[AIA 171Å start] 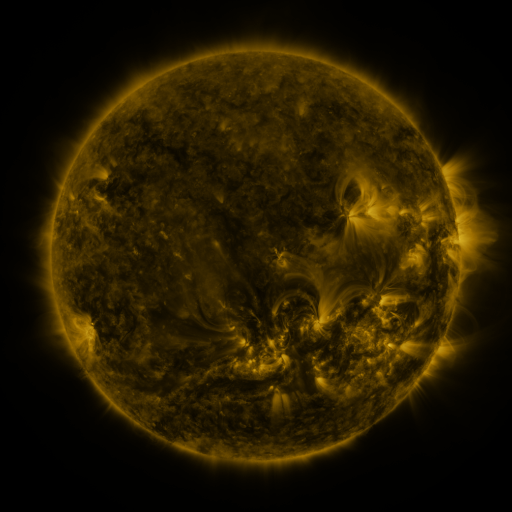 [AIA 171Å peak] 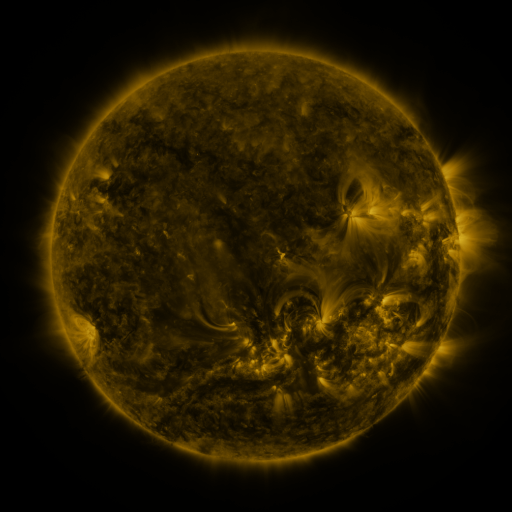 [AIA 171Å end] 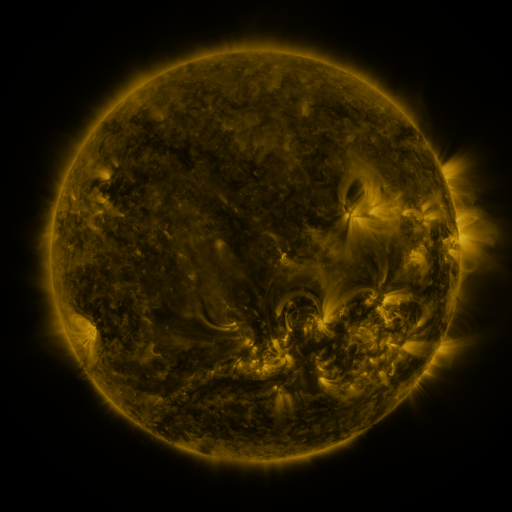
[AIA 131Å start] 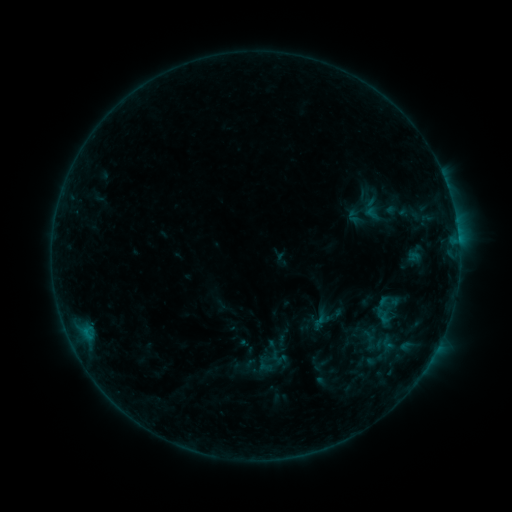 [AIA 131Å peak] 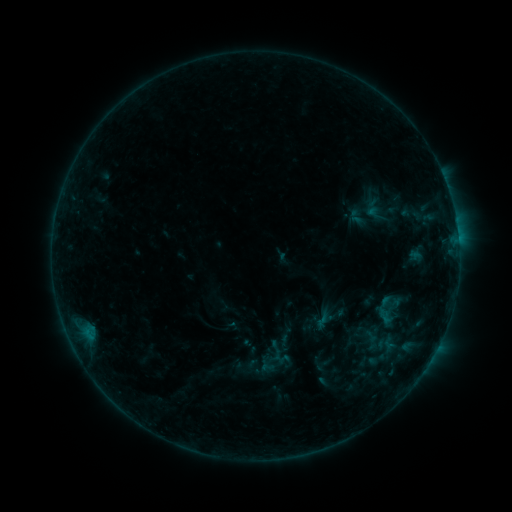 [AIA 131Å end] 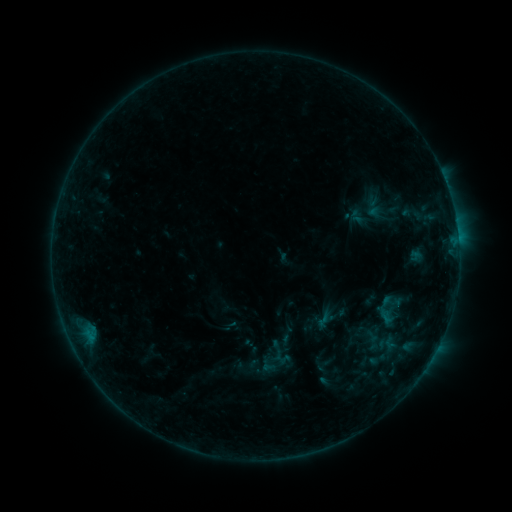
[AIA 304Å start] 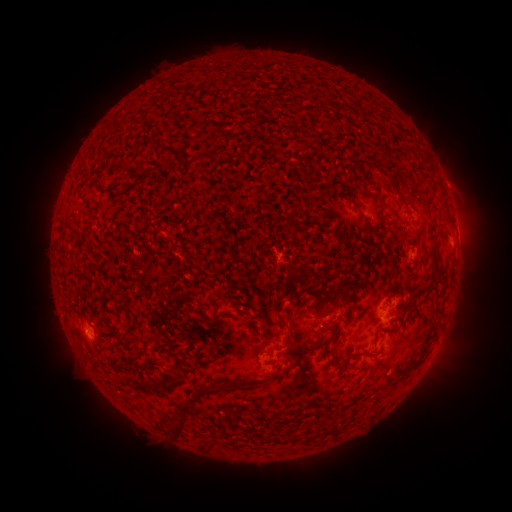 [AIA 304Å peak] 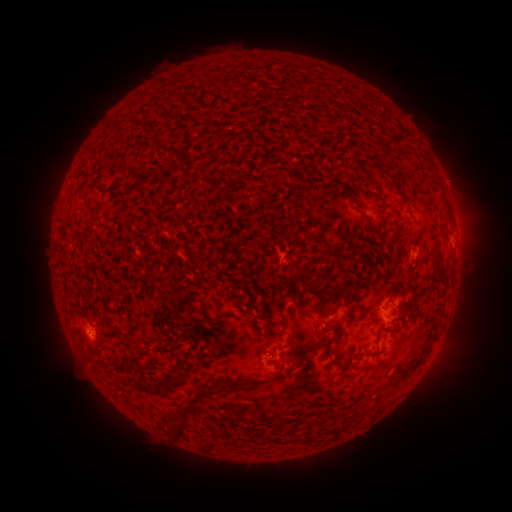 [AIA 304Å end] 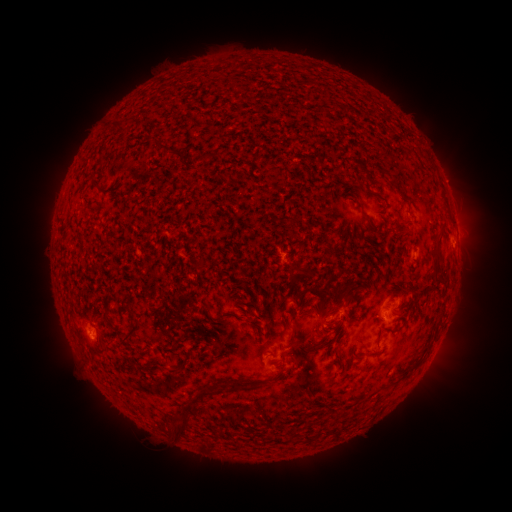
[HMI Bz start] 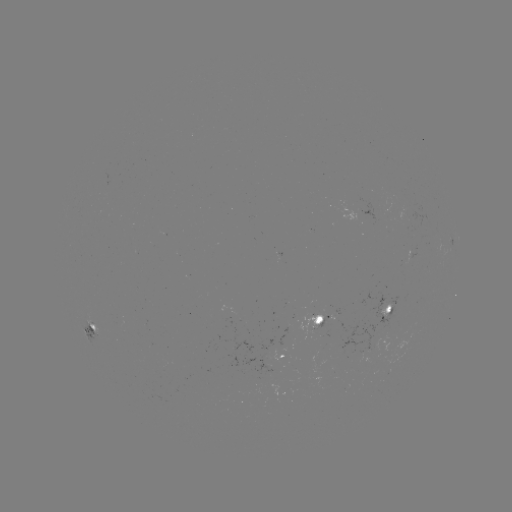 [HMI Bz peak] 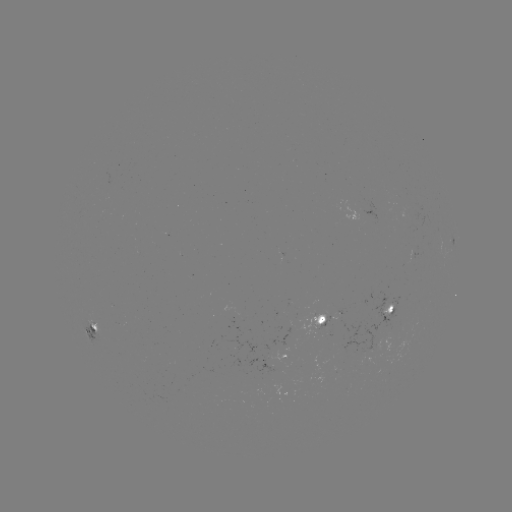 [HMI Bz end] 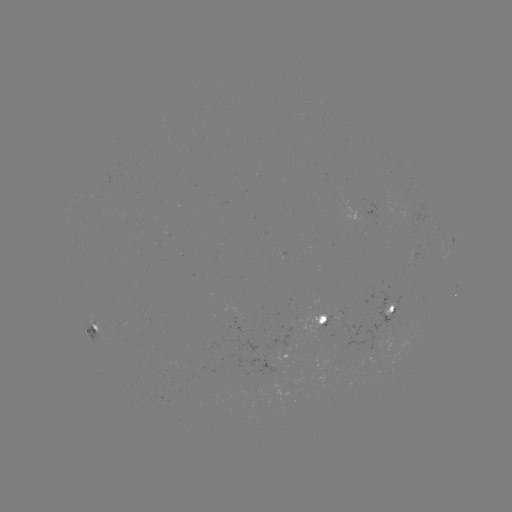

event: emerging-flux region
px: (386, 311)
